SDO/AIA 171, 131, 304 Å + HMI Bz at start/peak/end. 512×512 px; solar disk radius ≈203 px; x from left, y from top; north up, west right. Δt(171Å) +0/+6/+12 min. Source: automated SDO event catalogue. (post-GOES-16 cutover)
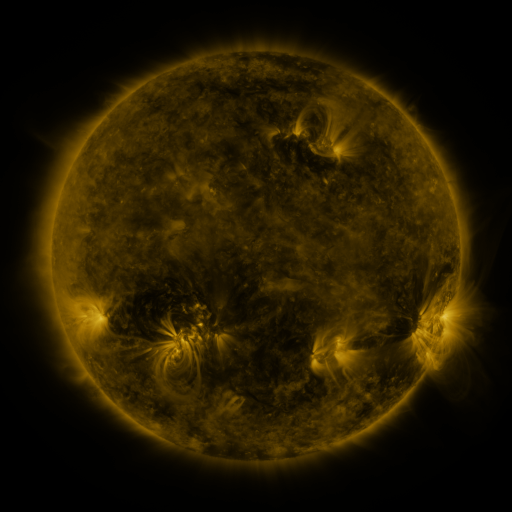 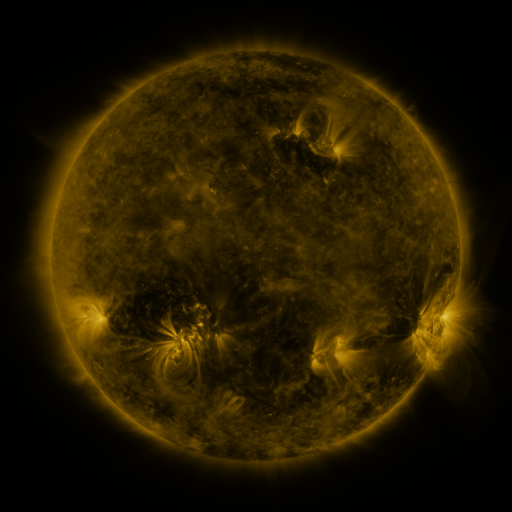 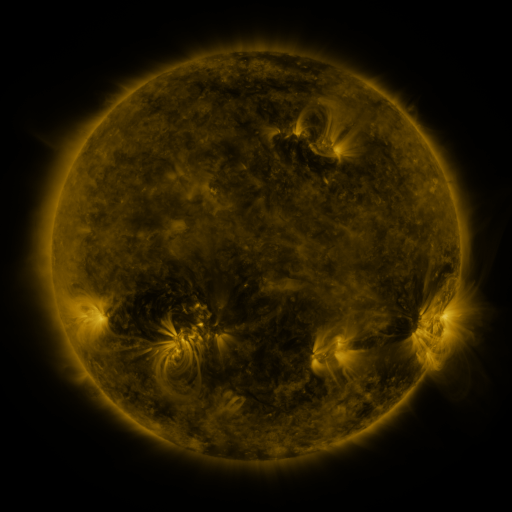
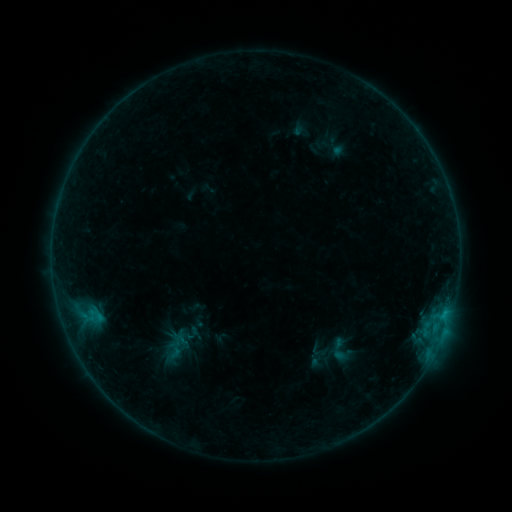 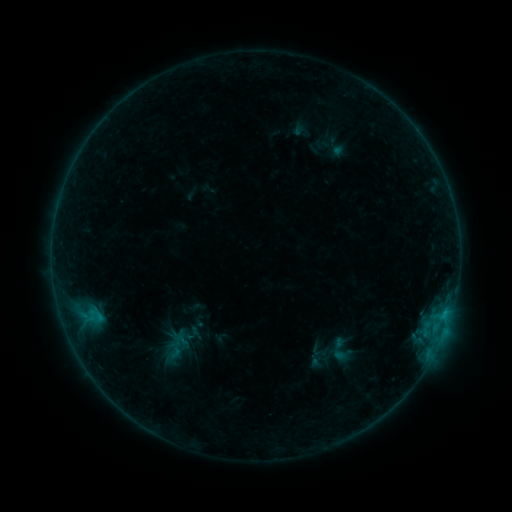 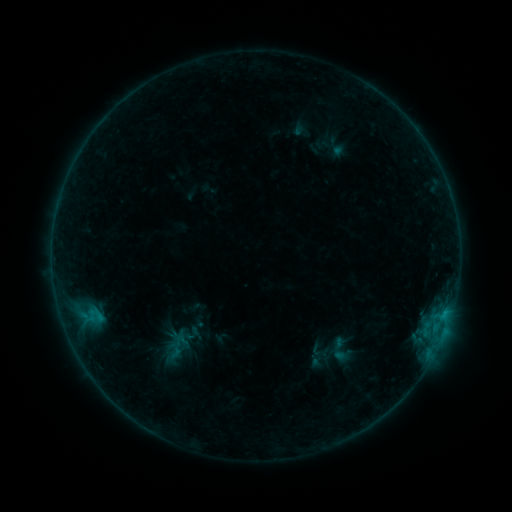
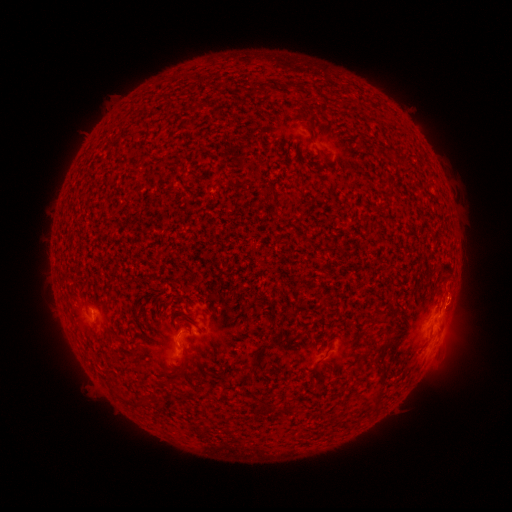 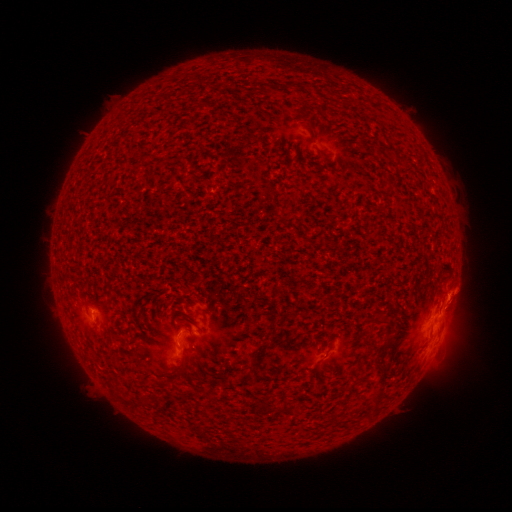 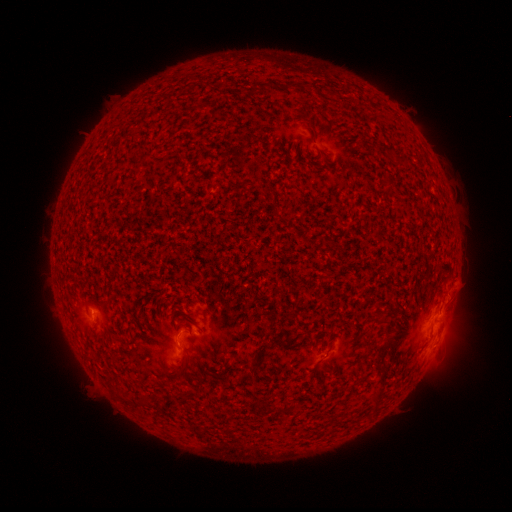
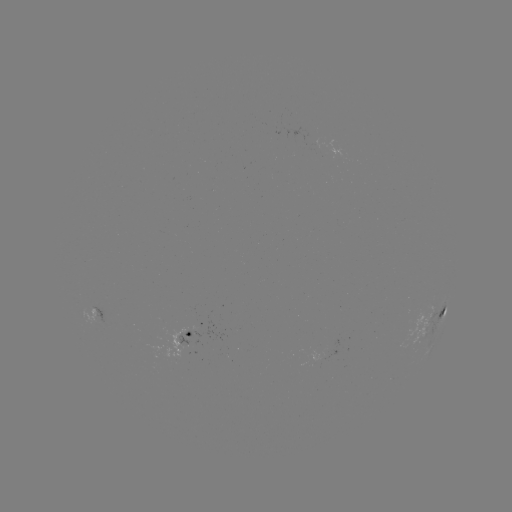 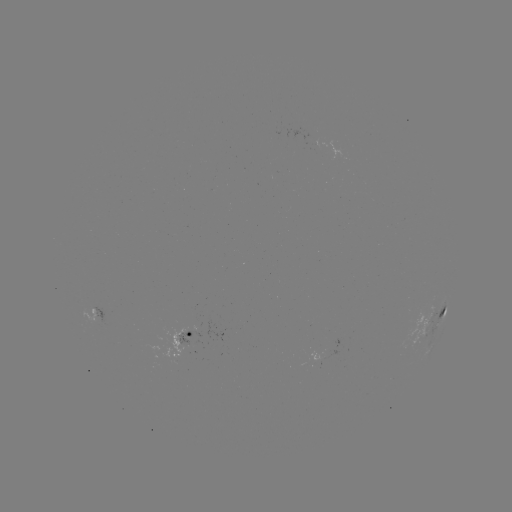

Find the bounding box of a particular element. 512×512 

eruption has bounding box [429, 272, 479, 324].